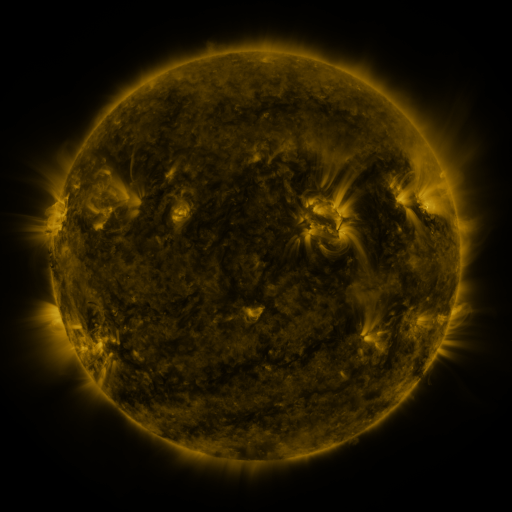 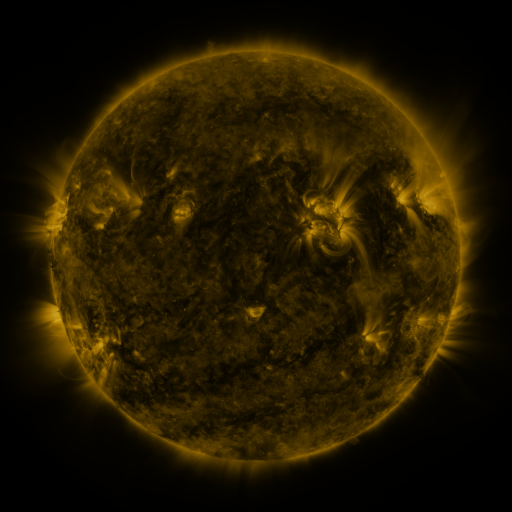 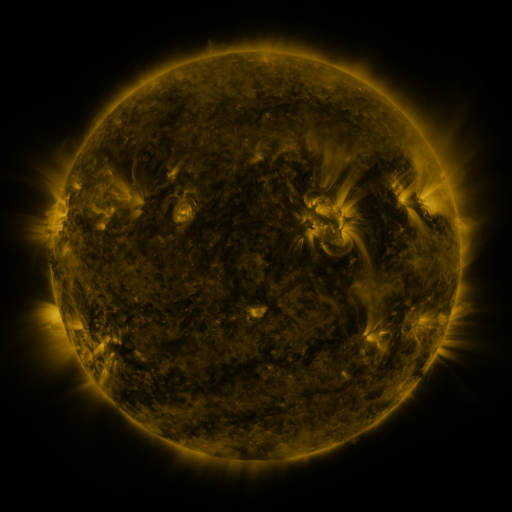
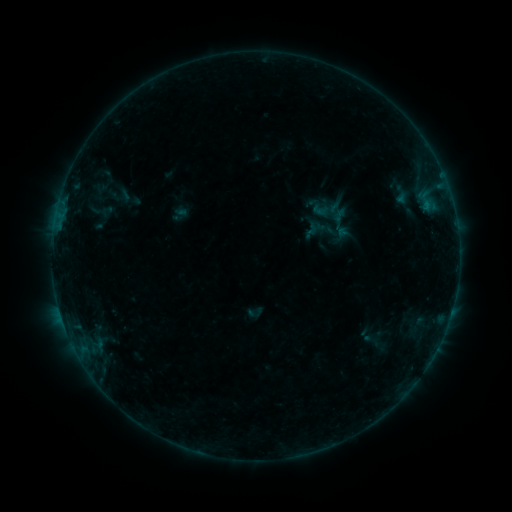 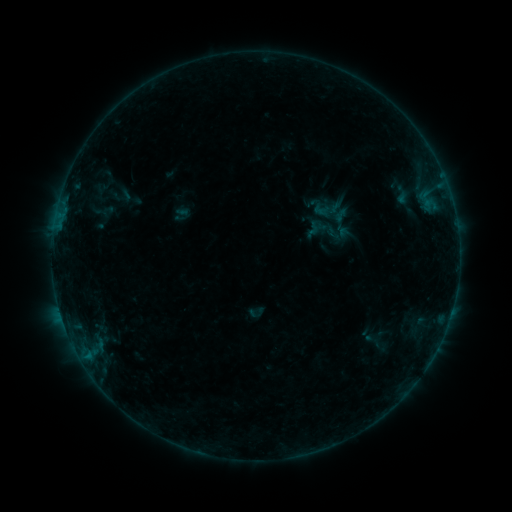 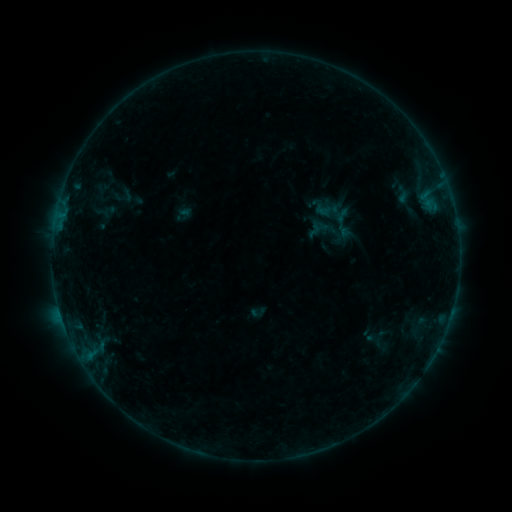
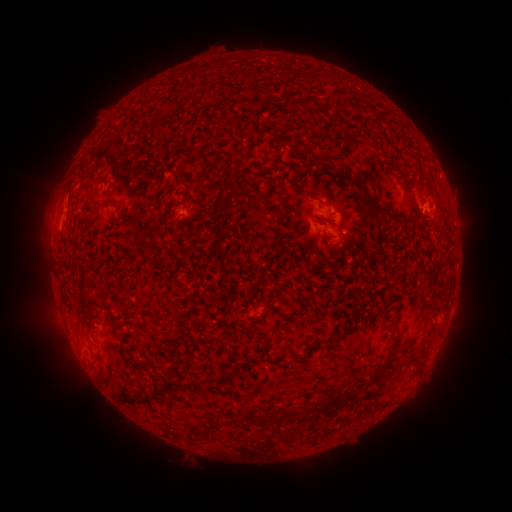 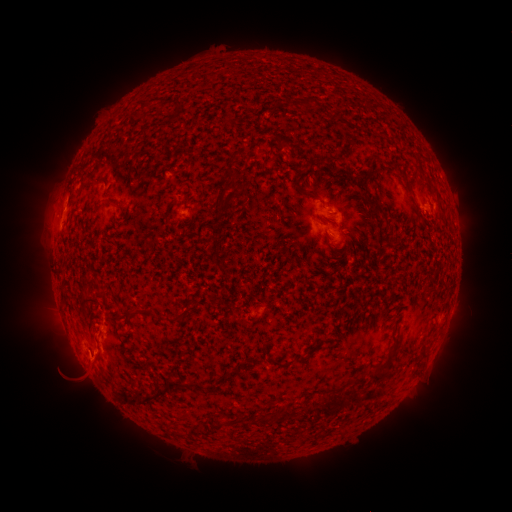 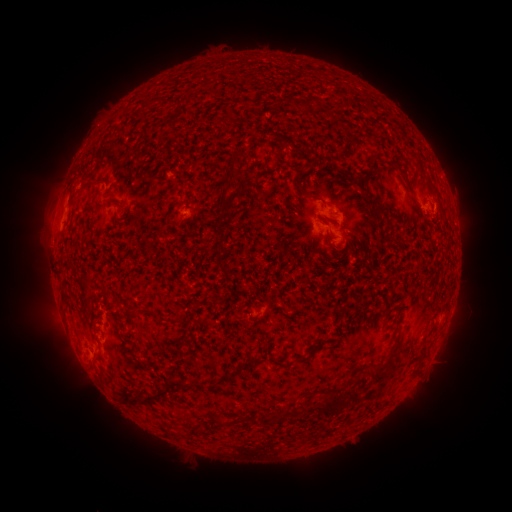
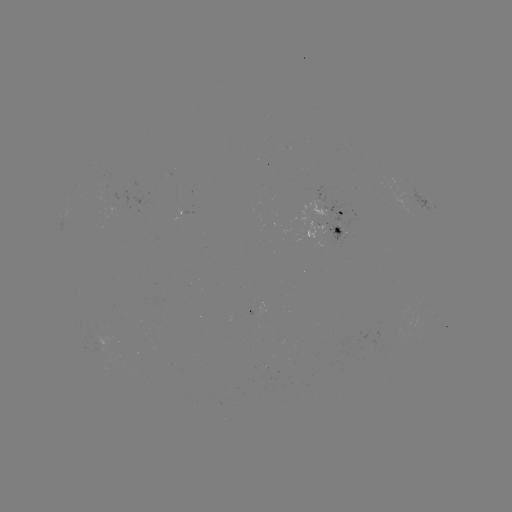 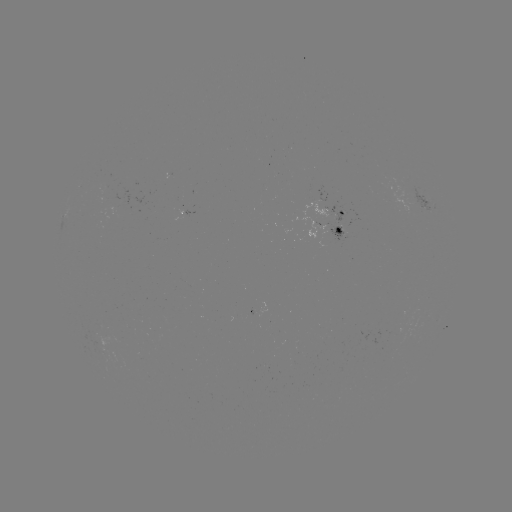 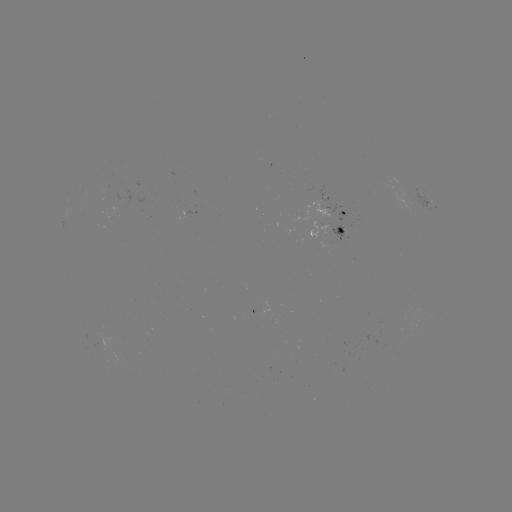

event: flare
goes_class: B4.1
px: (88, 354)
